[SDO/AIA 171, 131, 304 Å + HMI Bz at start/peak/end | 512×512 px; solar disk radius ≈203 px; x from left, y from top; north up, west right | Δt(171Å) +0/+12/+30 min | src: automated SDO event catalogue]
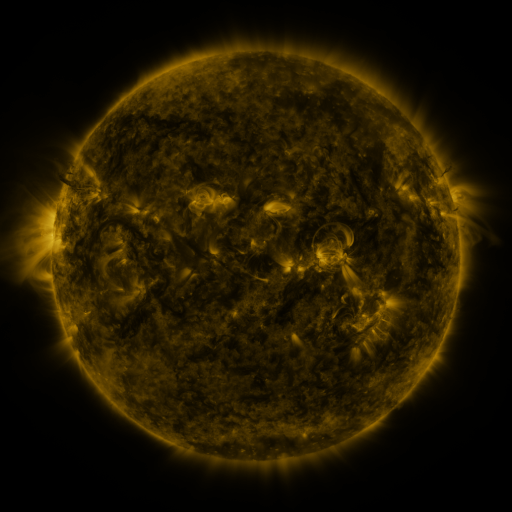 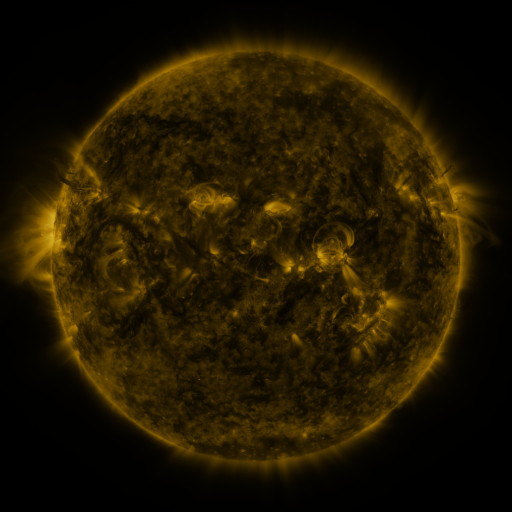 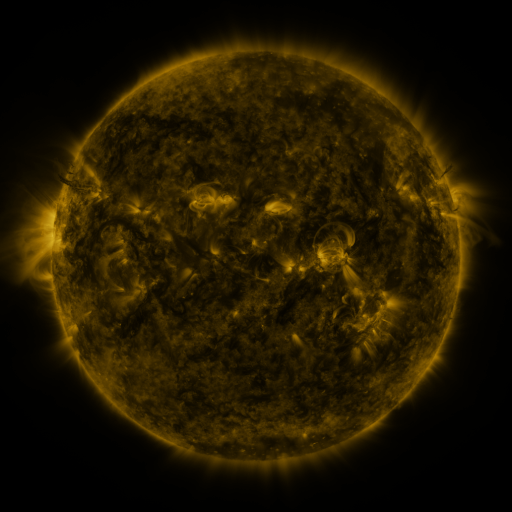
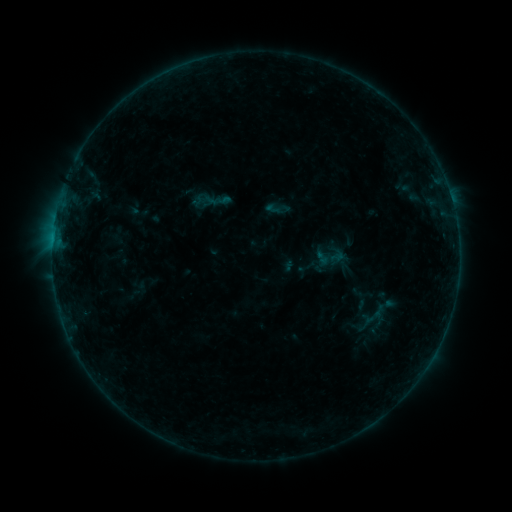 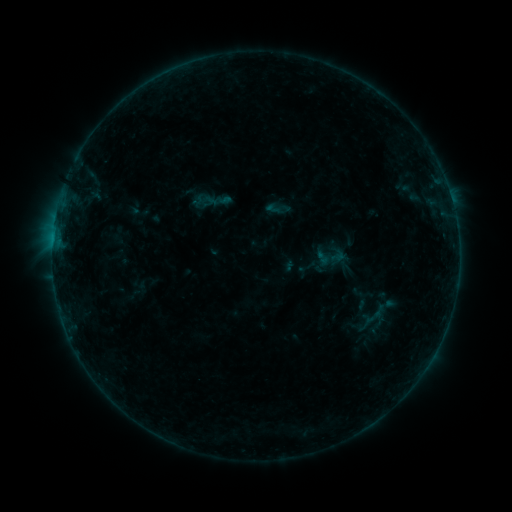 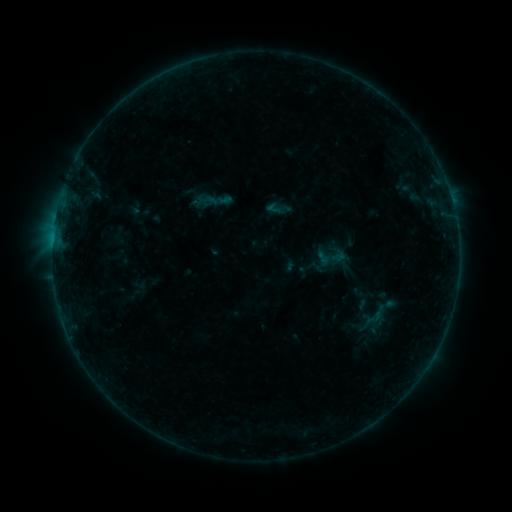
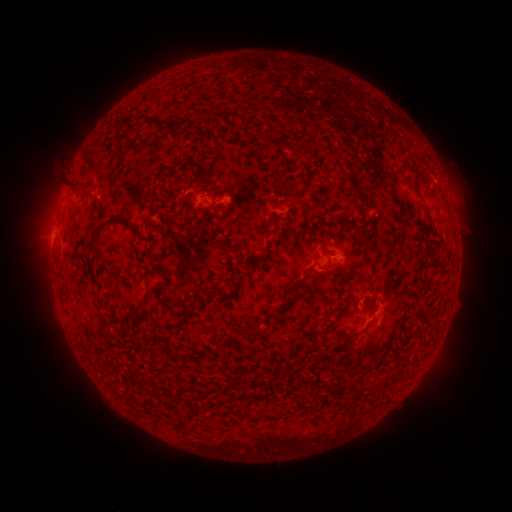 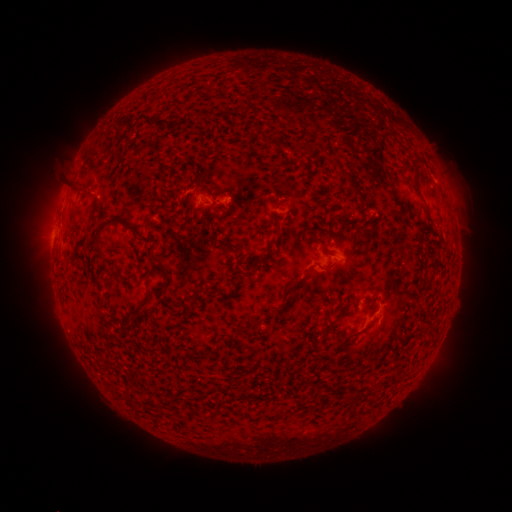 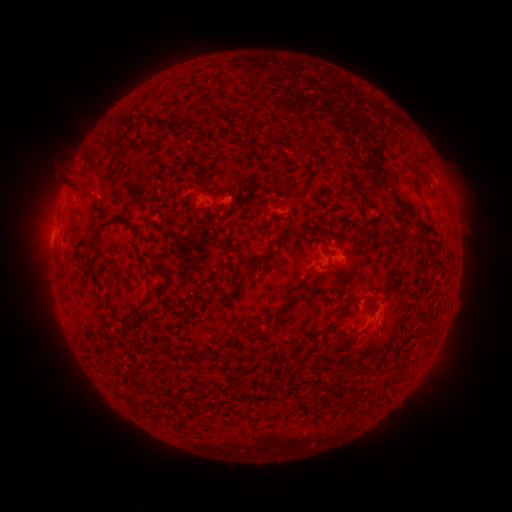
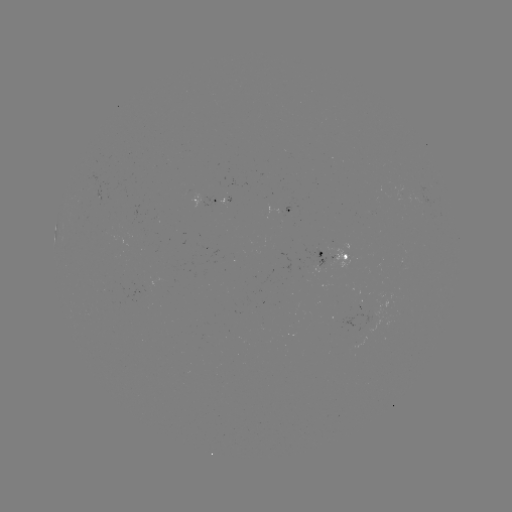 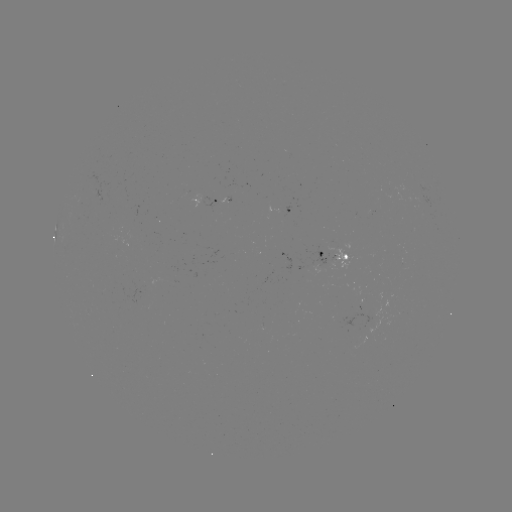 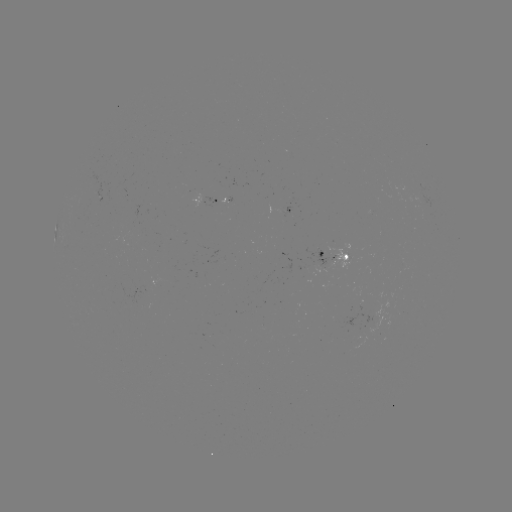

no classed flare was catalogued and no EUV brightening was flagged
